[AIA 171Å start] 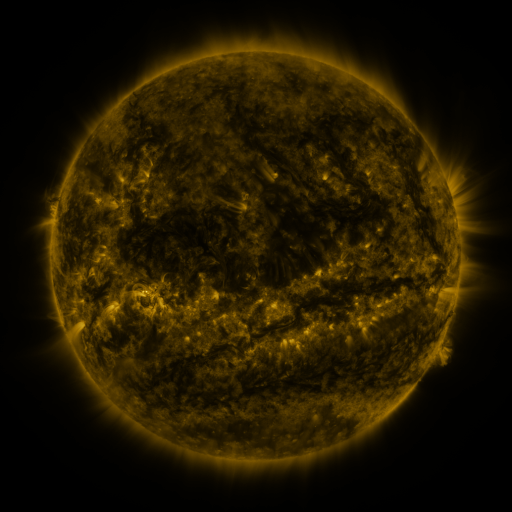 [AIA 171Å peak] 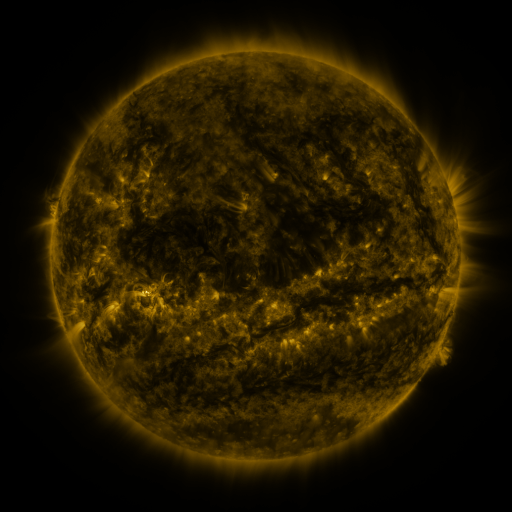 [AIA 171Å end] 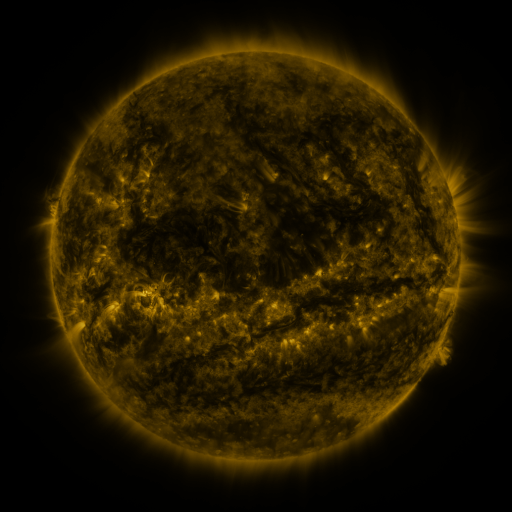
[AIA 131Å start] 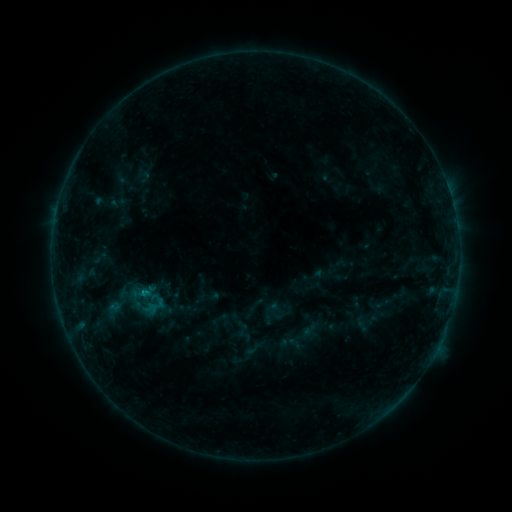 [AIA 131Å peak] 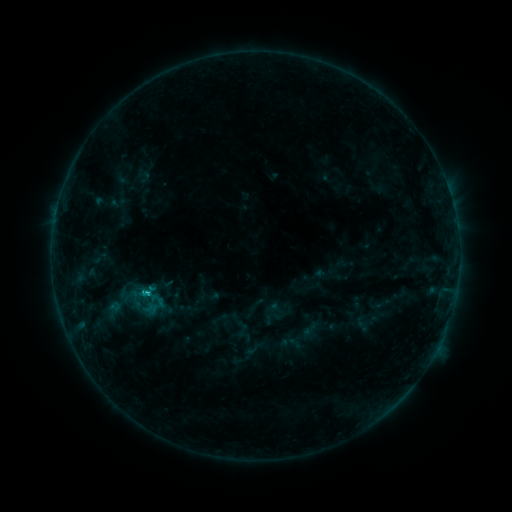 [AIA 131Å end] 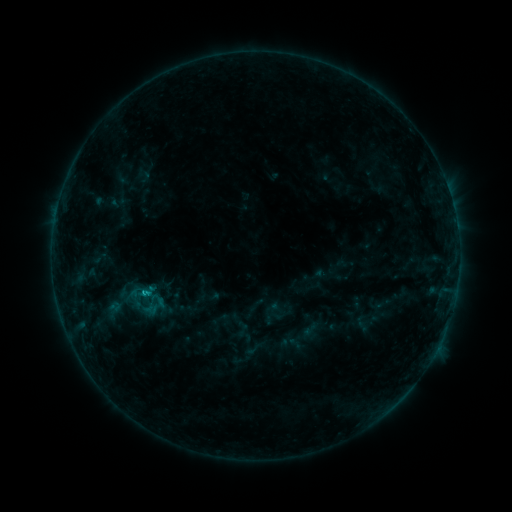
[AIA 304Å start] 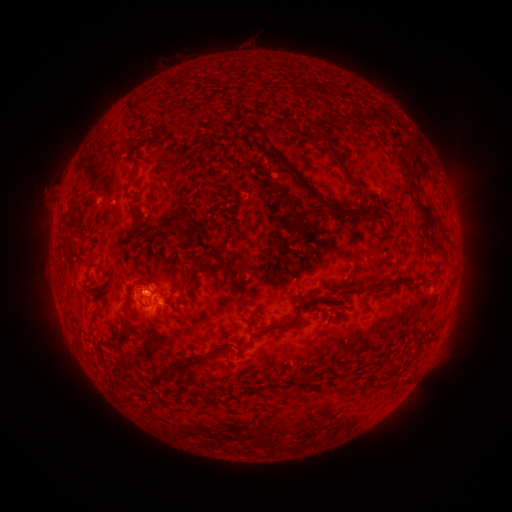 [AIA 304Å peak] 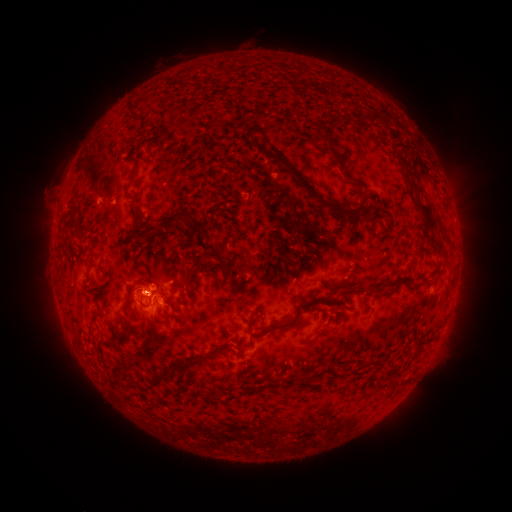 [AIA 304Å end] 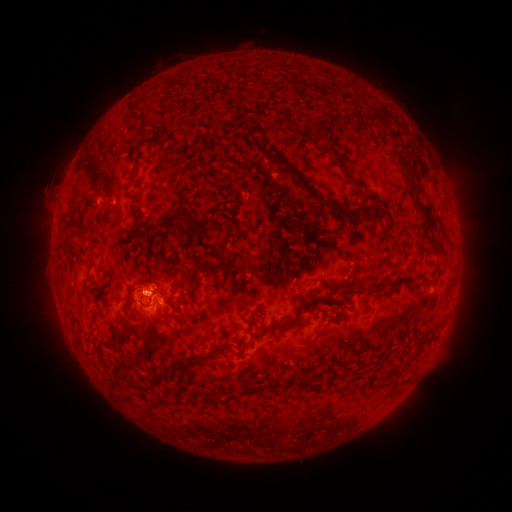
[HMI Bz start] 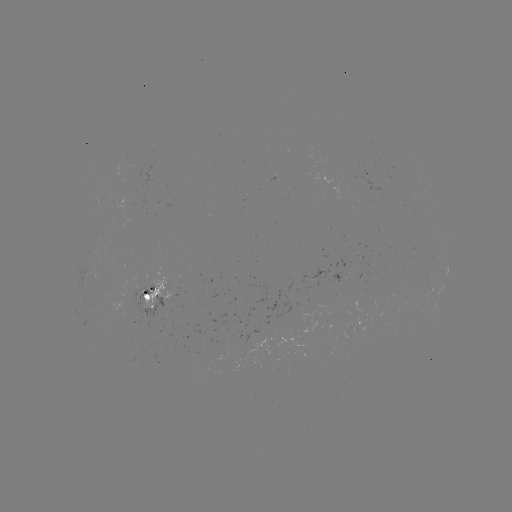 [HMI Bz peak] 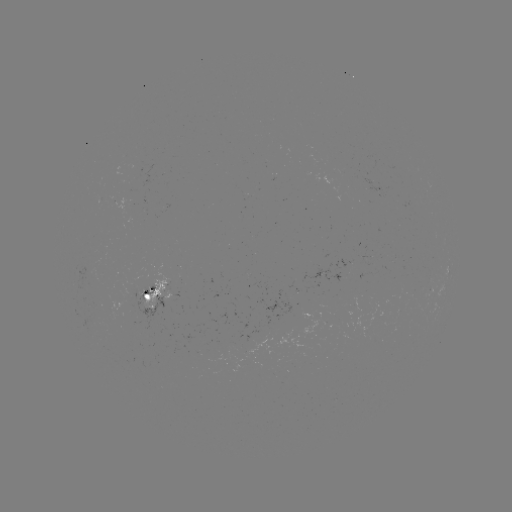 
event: flare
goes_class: C1.1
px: (151, 287)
